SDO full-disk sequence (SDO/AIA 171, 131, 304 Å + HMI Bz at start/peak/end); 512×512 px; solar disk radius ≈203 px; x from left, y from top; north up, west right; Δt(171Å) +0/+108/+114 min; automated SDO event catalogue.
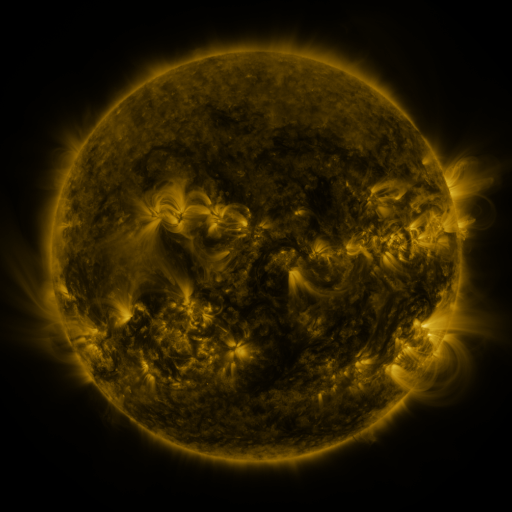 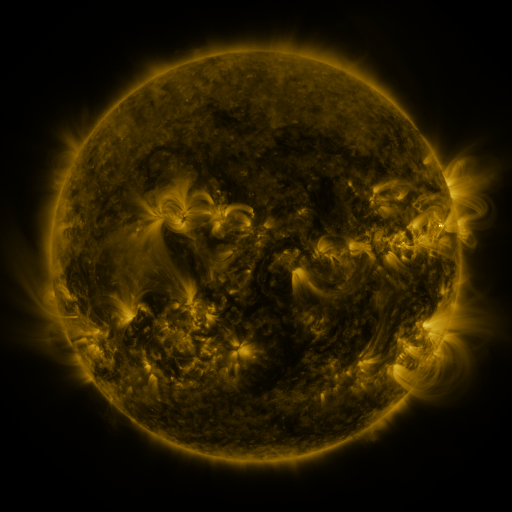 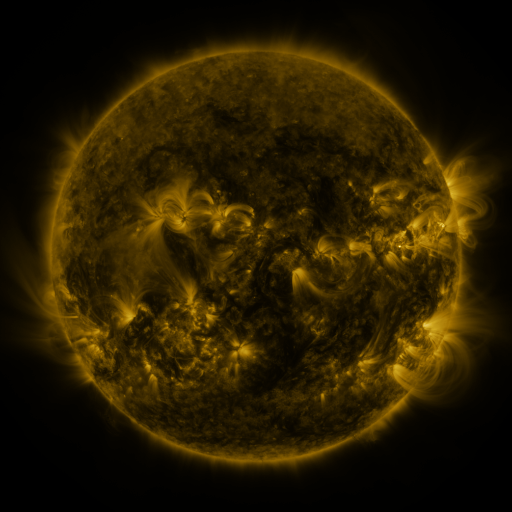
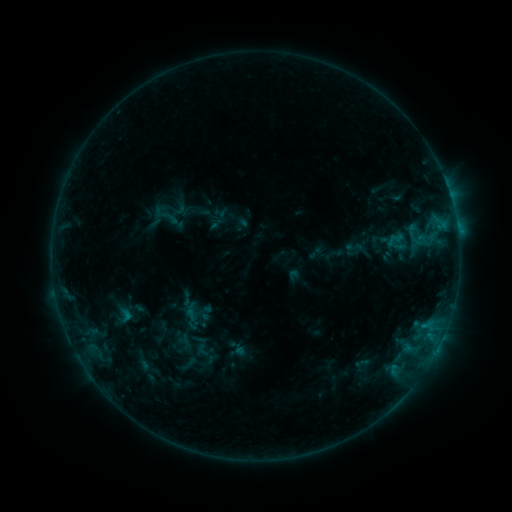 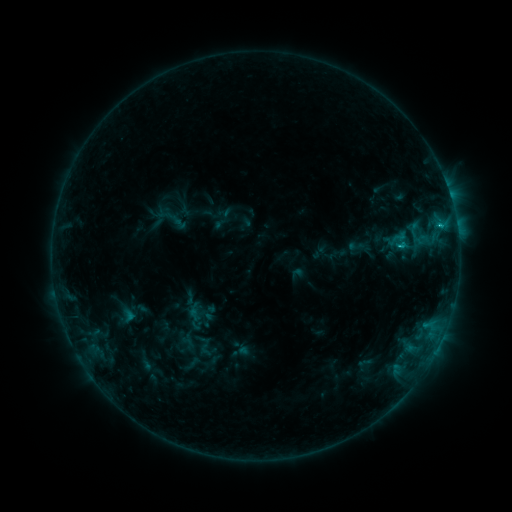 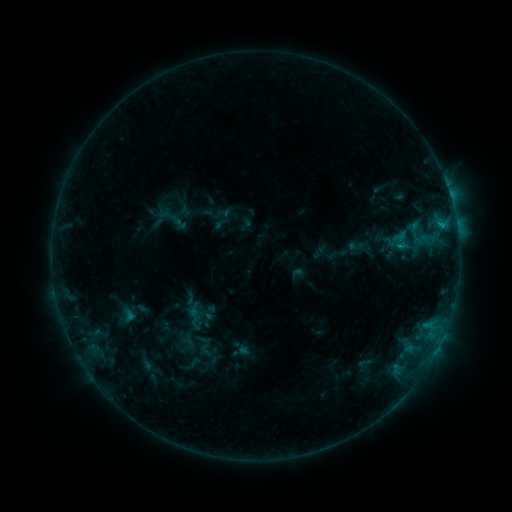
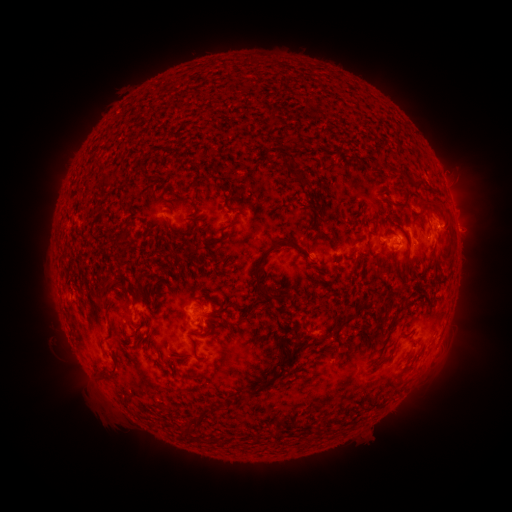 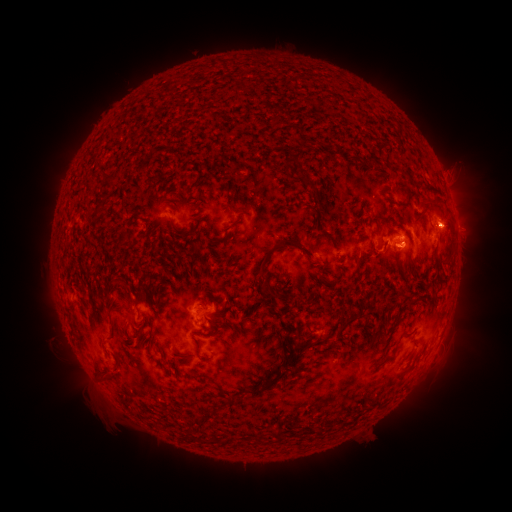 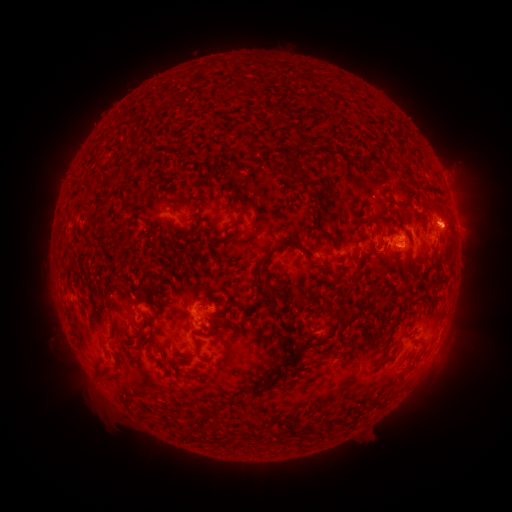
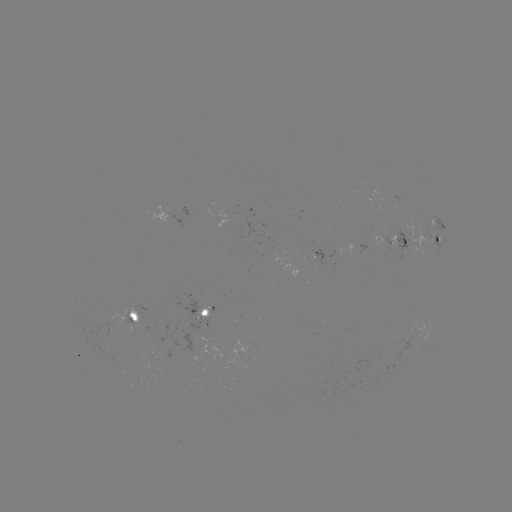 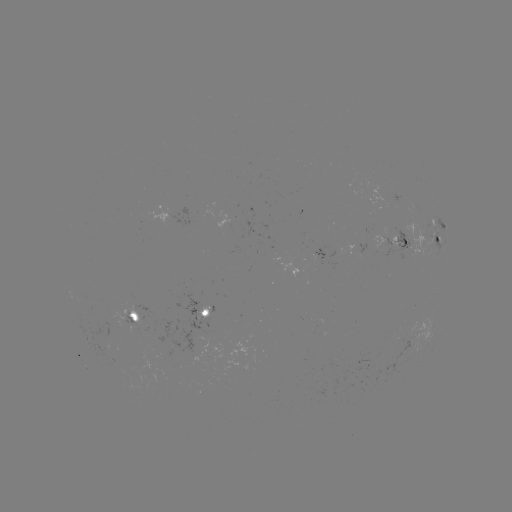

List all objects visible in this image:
C1.2 flare: (399, 248)
